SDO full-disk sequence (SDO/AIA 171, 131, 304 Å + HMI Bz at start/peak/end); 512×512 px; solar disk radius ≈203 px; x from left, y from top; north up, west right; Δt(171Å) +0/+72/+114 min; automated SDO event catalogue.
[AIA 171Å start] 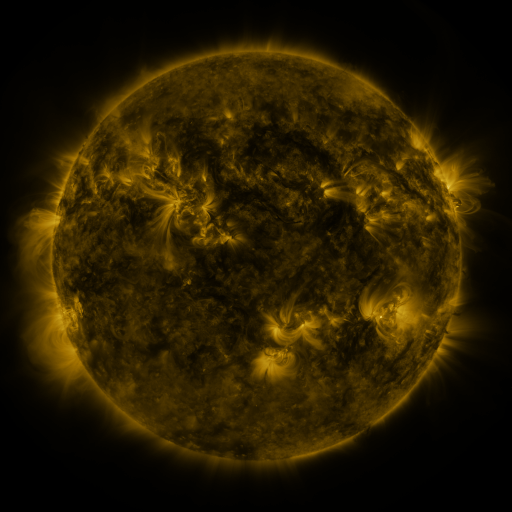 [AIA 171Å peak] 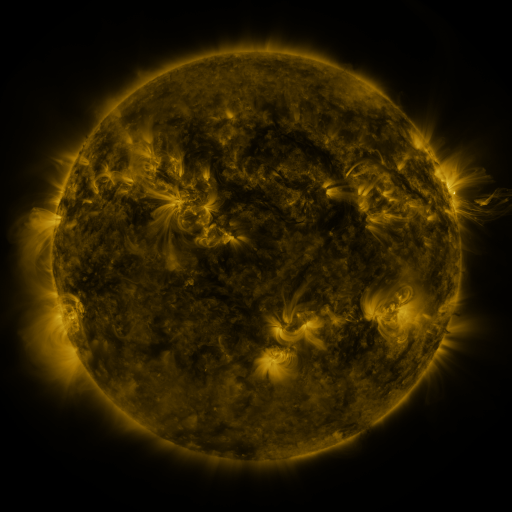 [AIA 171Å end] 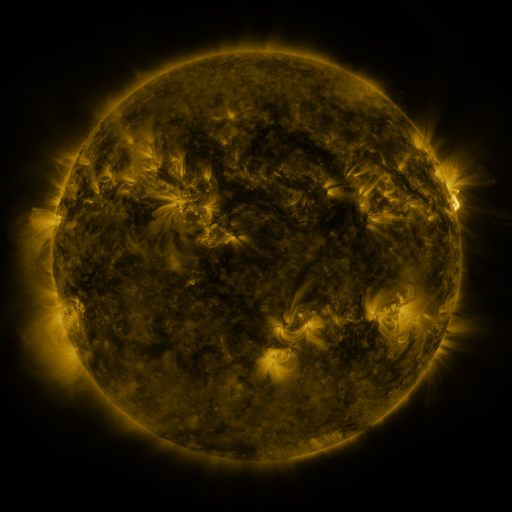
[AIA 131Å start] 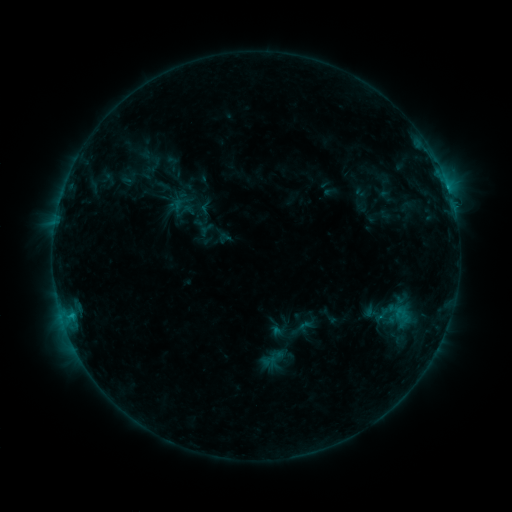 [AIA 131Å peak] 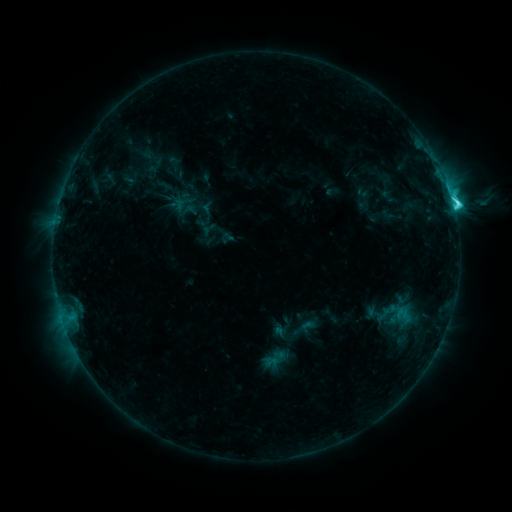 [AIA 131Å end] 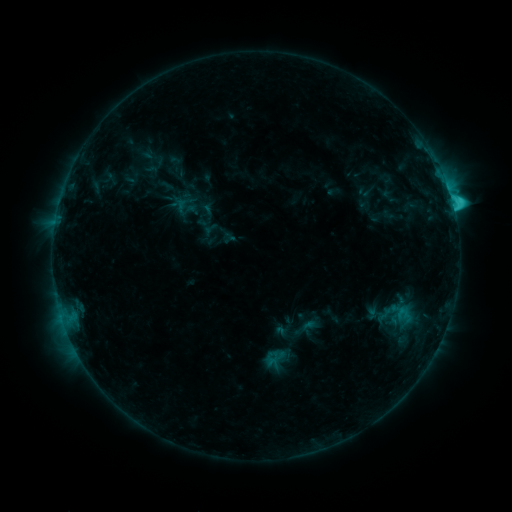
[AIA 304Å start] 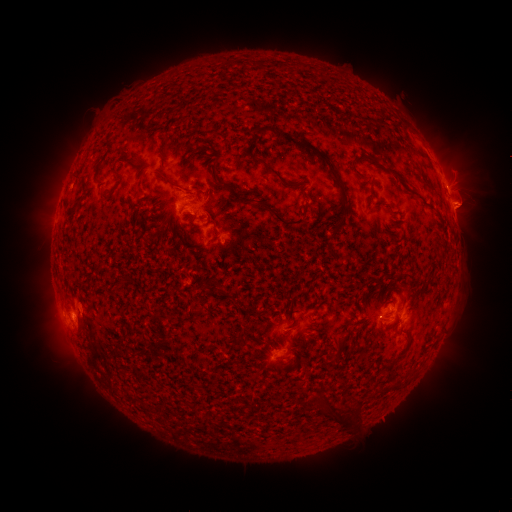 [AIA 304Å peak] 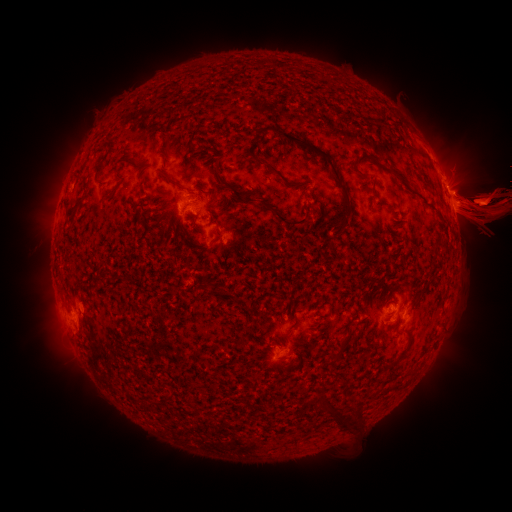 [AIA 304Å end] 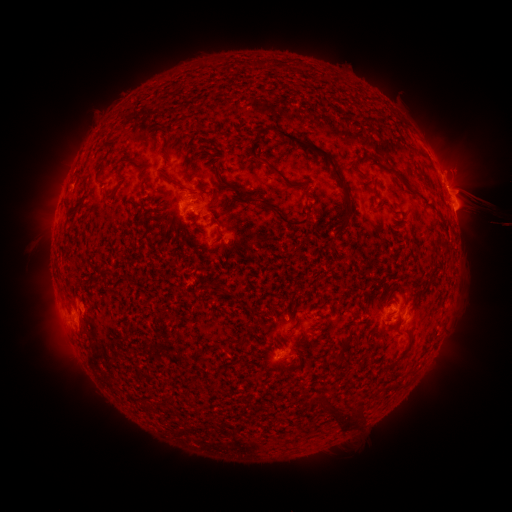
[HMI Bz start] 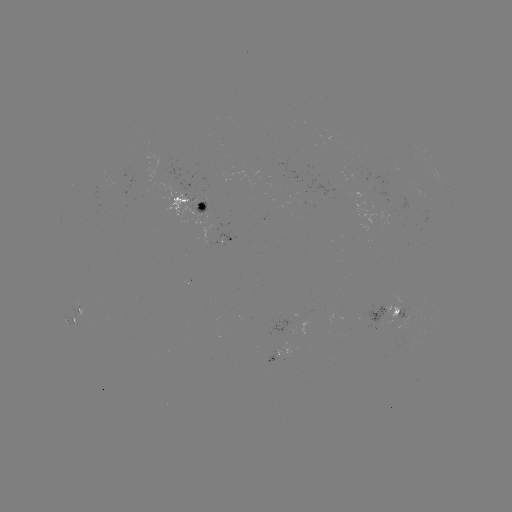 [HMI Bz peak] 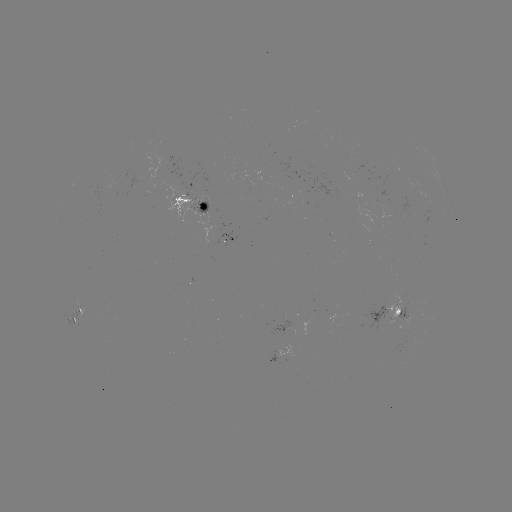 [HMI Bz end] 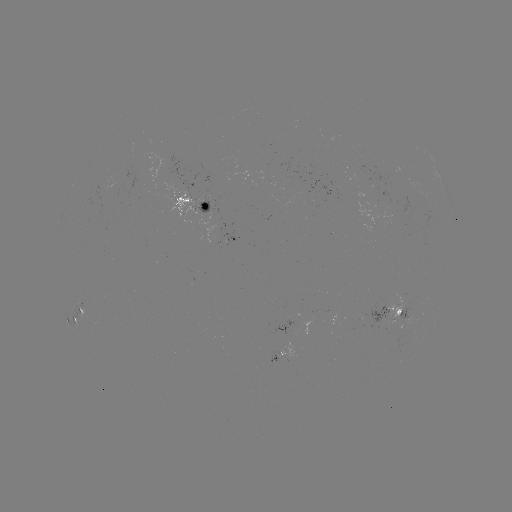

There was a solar flare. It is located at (453, 206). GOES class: C4.9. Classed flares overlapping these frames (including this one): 1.